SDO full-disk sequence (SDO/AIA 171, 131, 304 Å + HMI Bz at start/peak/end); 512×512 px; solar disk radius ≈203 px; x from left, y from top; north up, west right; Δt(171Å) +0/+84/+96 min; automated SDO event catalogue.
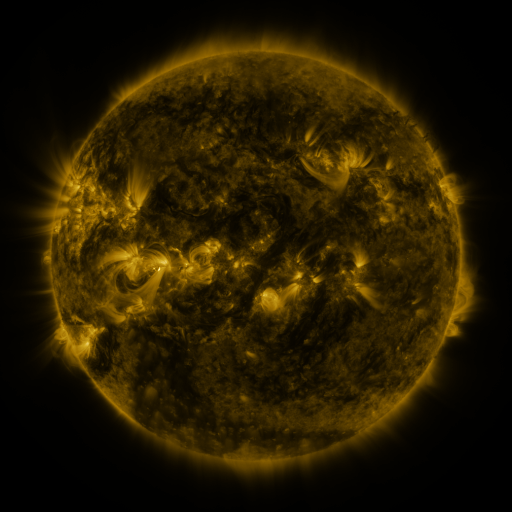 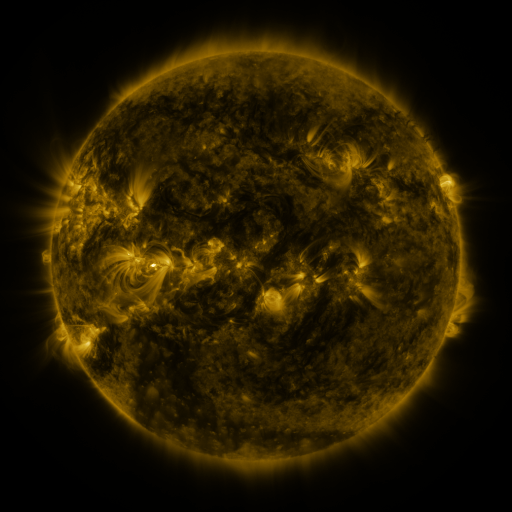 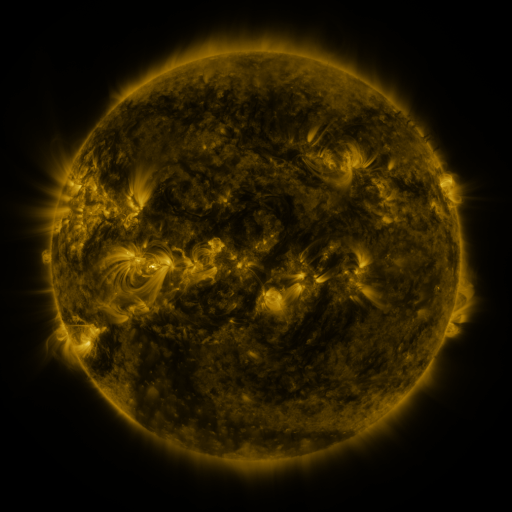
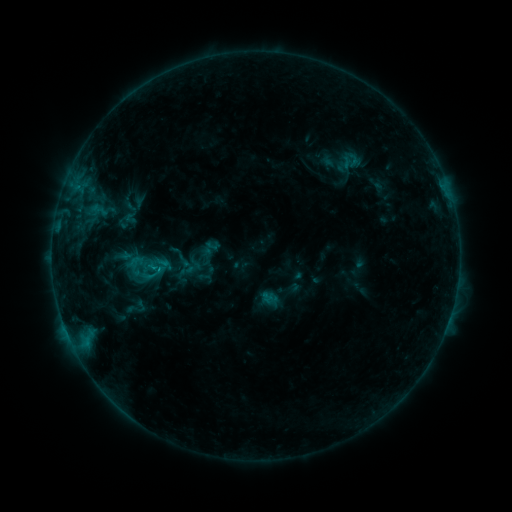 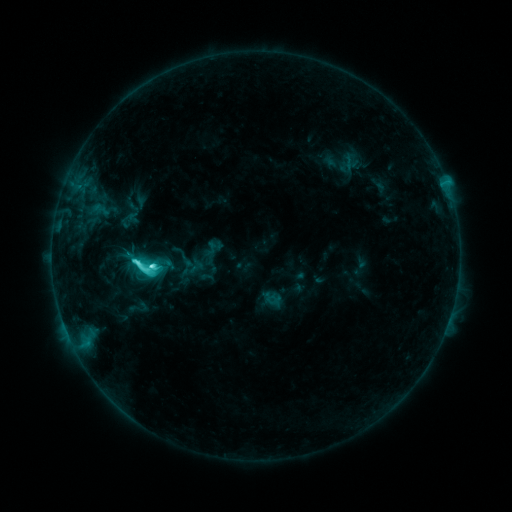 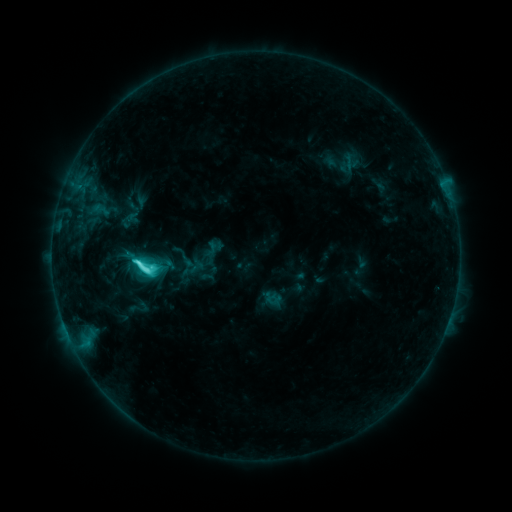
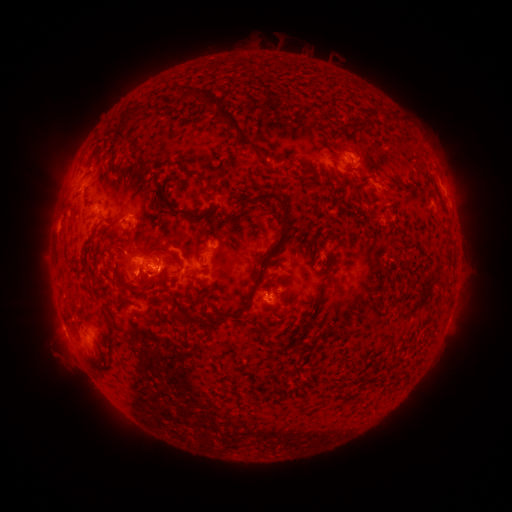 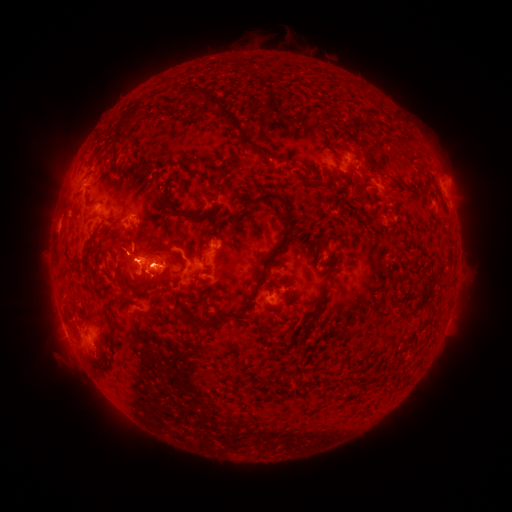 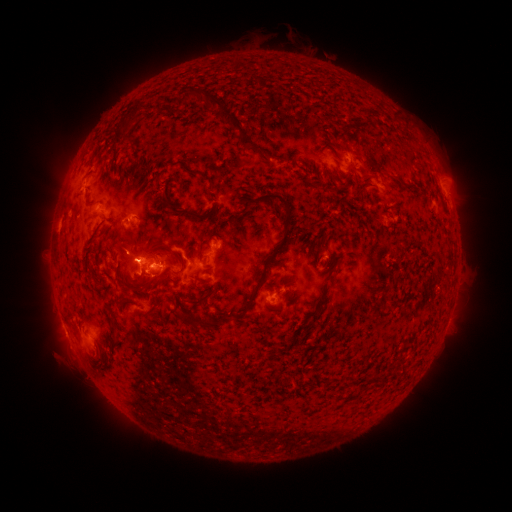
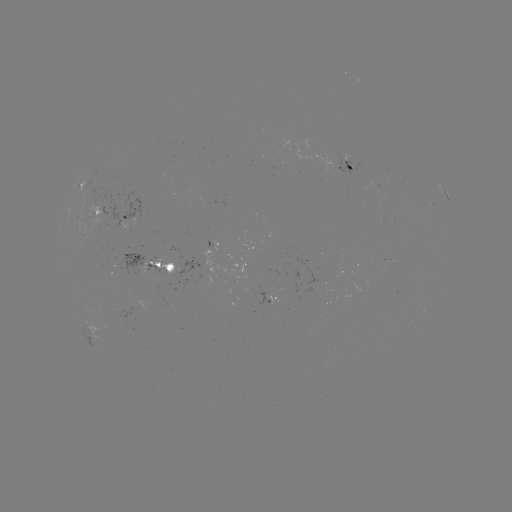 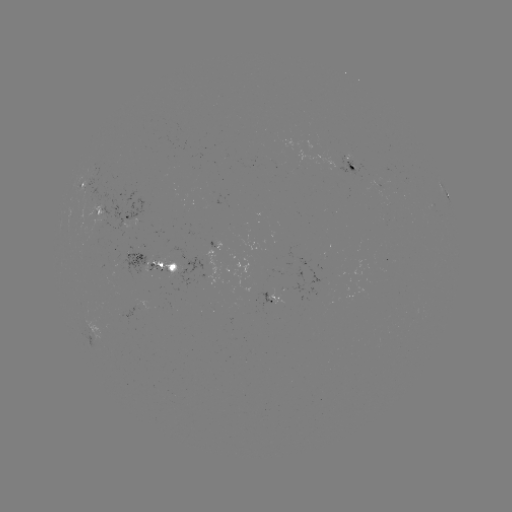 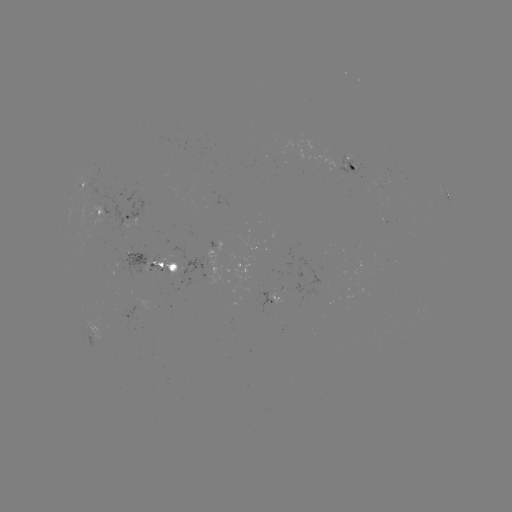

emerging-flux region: <bbox>317, 258, 324, 270</bbox>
